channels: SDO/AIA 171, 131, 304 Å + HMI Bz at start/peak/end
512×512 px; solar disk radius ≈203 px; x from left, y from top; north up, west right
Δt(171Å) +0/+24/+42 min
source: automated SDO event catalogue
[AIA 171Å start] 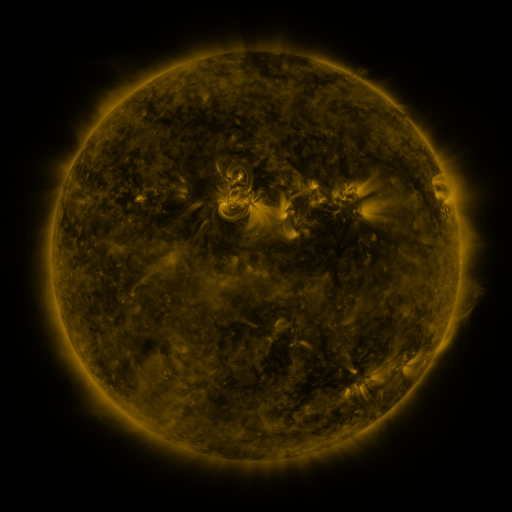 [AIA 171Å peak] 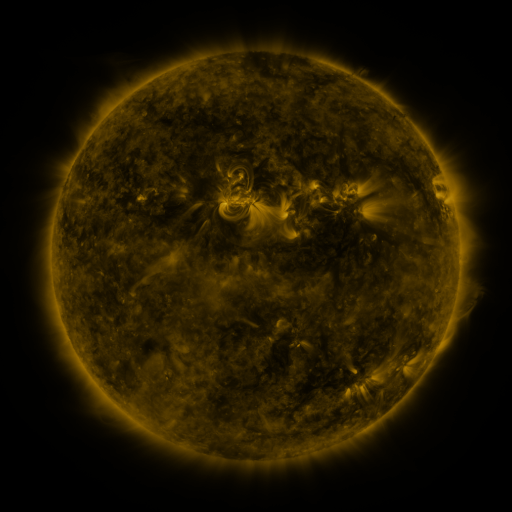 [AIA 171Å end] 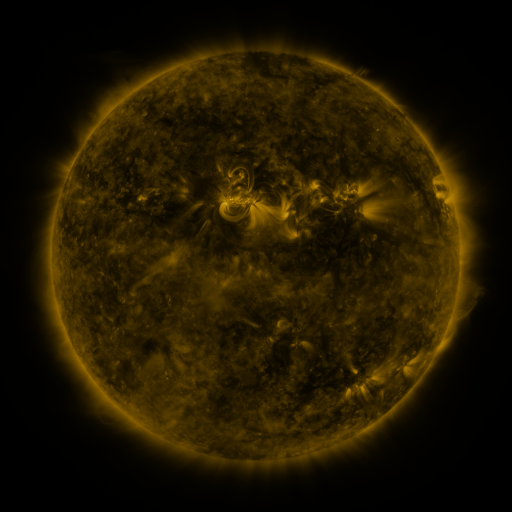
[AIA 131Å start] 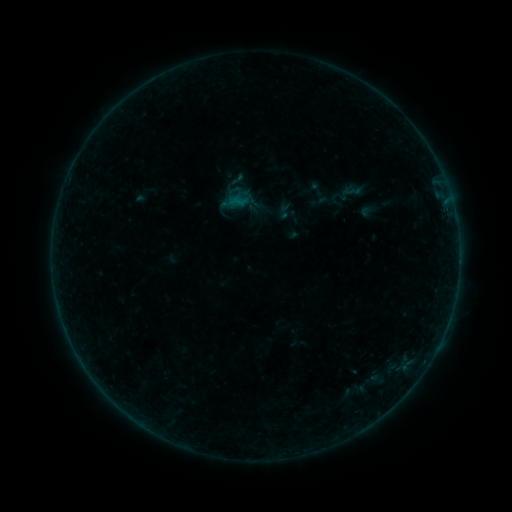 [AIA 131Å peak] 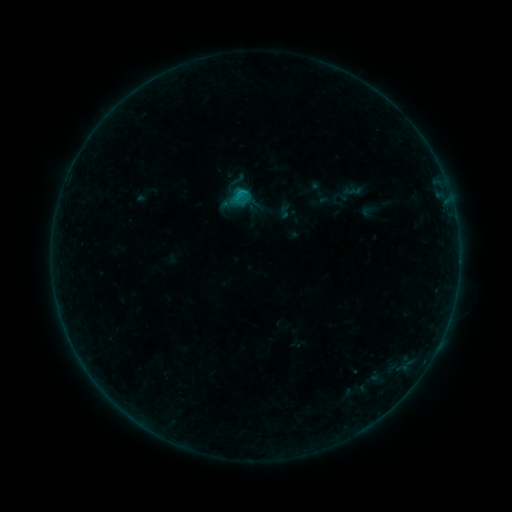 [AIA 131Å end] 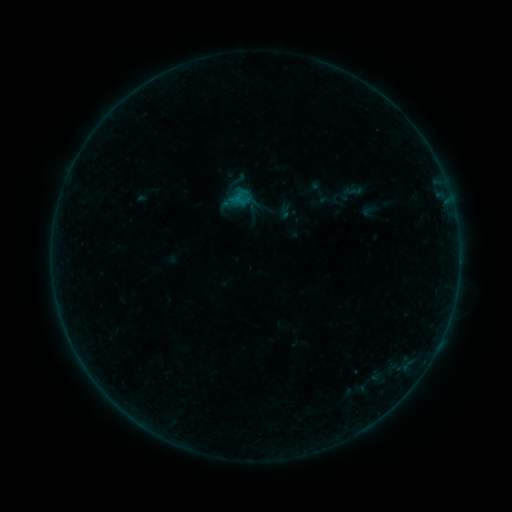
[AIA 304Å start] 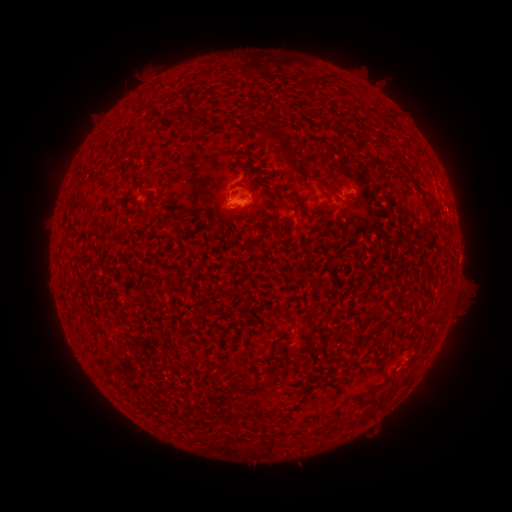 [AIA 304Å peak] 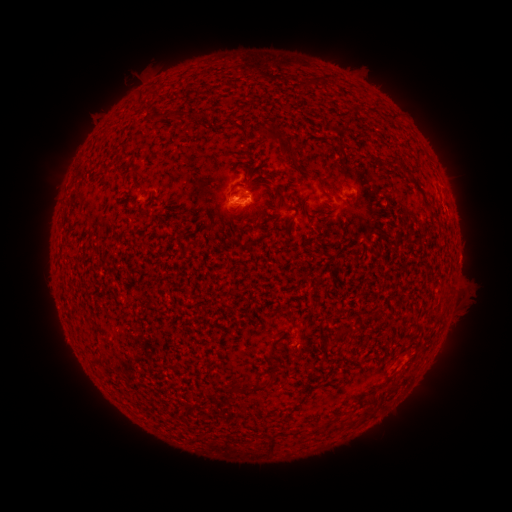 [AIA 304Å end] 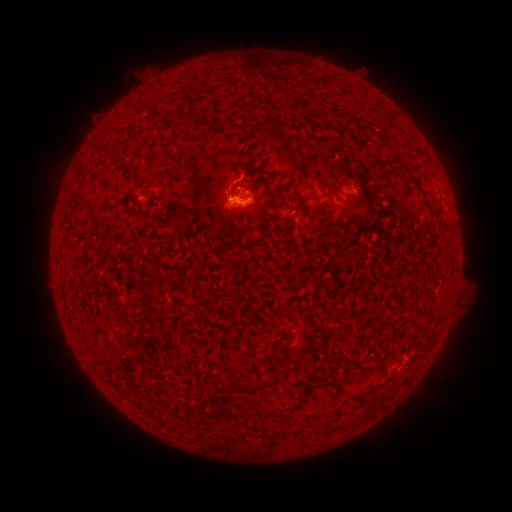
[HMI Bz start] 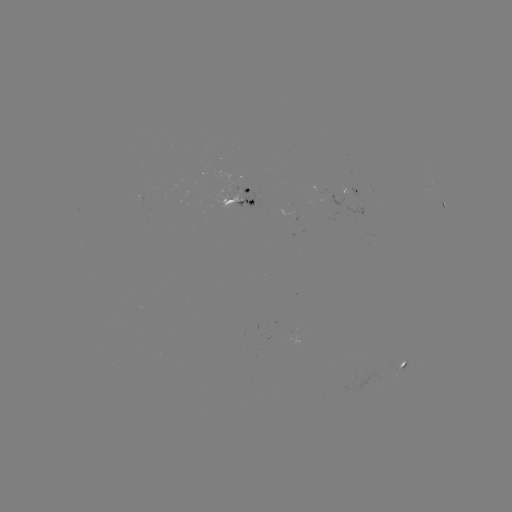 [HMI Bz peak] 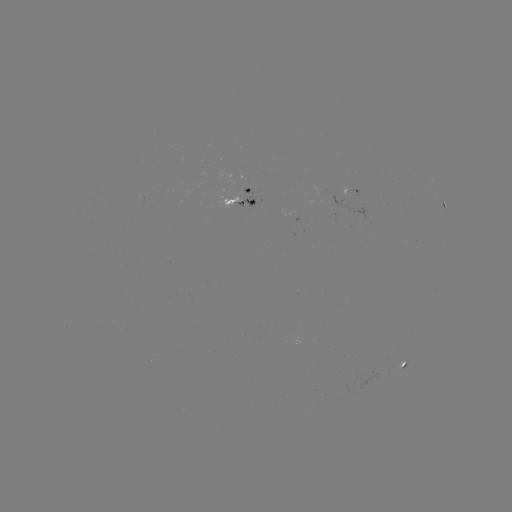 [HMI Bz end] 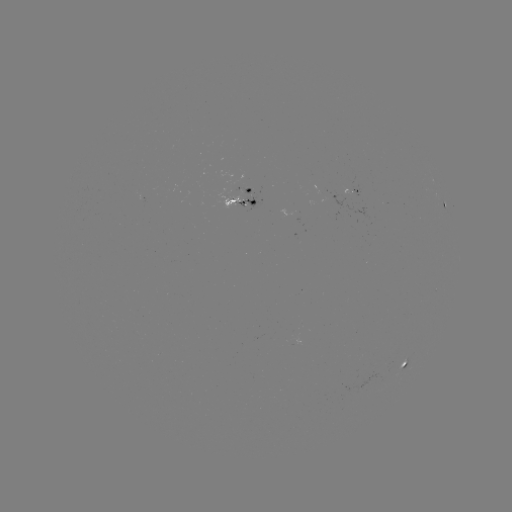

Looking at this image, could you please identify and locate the B6.4 flare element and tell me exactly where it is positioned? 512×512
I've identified B6.4 flare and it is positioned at (239, 199).